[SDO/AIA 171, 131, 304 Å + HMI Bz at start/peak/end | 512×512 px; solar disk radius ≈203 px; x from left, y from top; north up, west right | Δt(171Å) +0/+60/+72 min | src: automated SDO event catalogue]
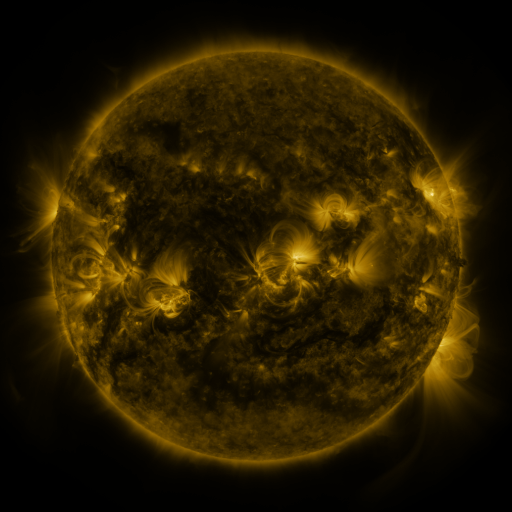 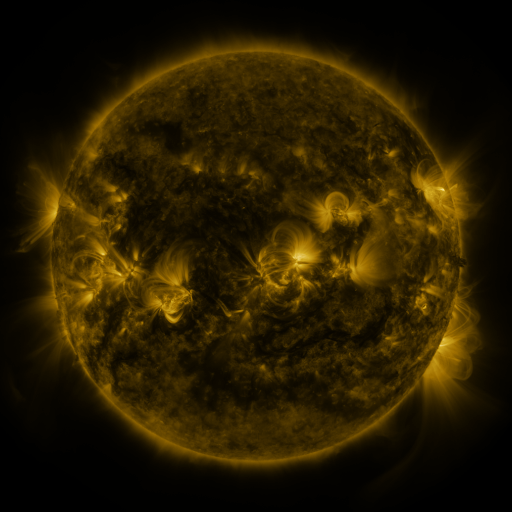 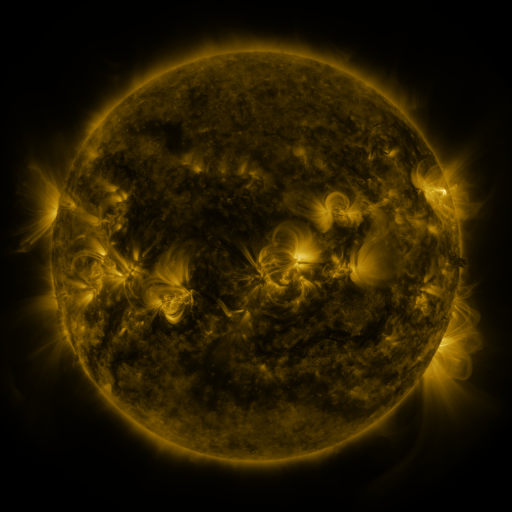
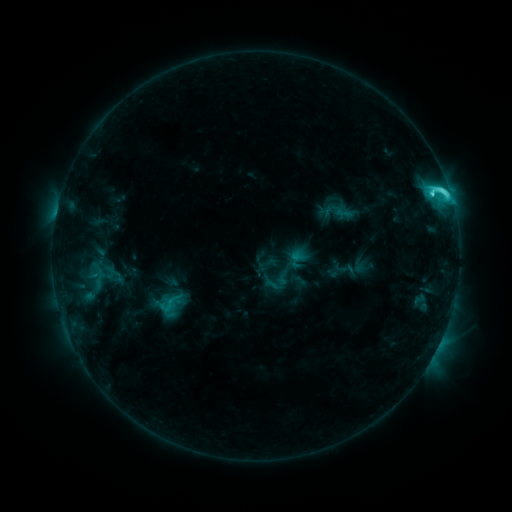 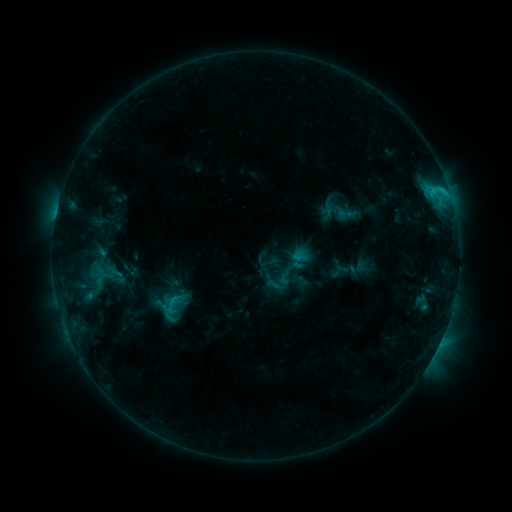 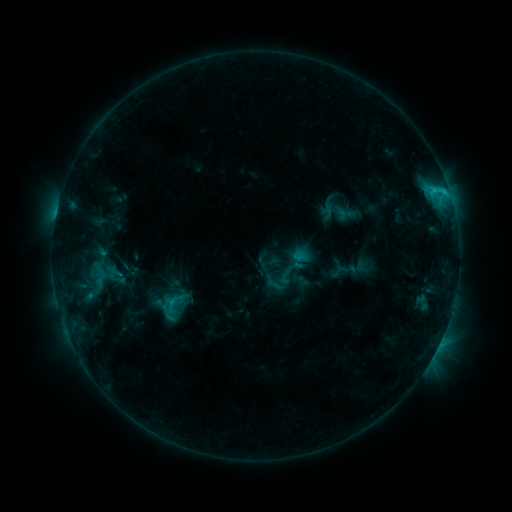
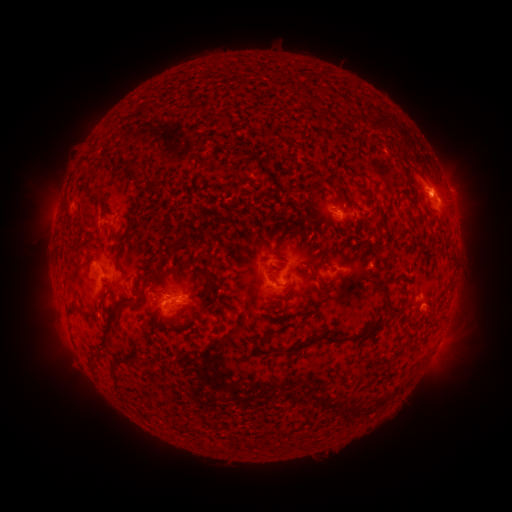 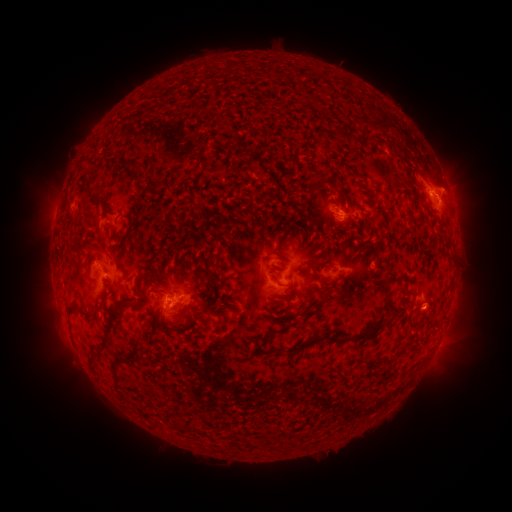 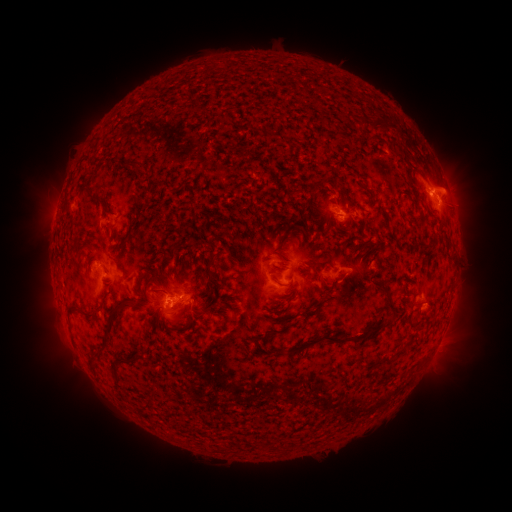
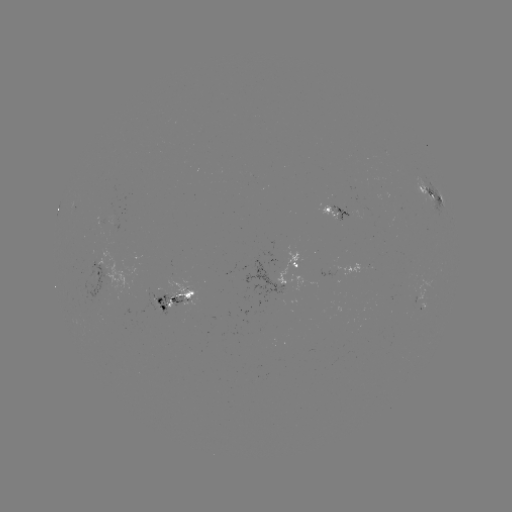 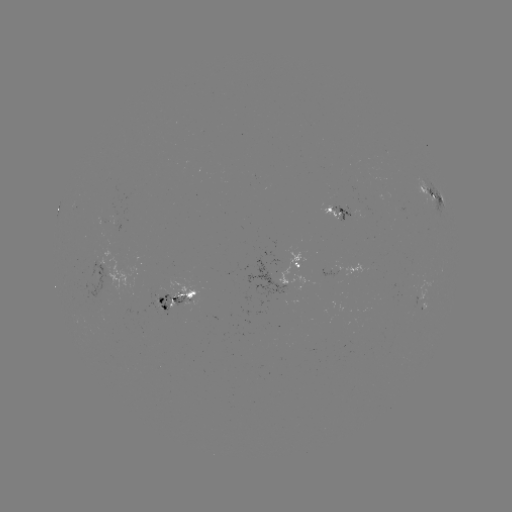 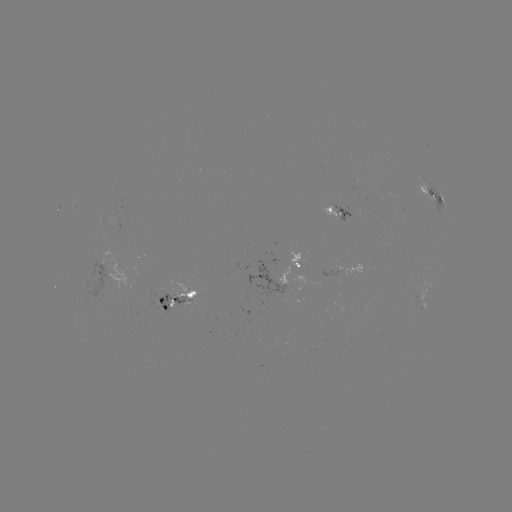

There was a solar emerging-flux region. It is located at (416, 293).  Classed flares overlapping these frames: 1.